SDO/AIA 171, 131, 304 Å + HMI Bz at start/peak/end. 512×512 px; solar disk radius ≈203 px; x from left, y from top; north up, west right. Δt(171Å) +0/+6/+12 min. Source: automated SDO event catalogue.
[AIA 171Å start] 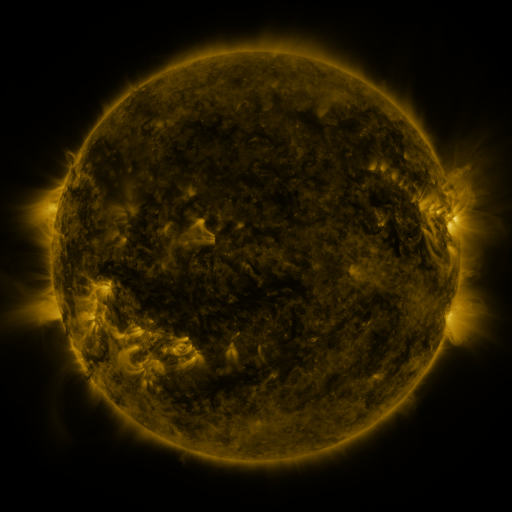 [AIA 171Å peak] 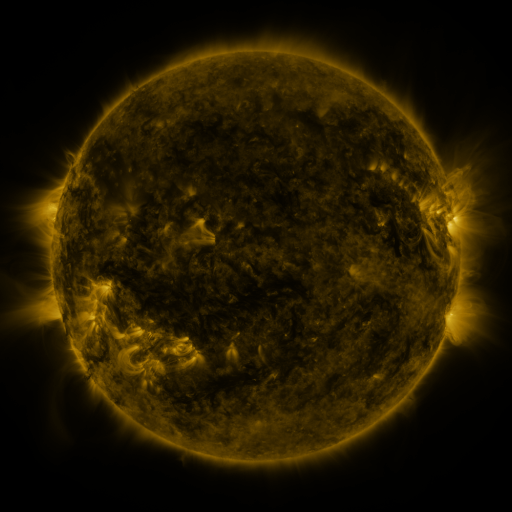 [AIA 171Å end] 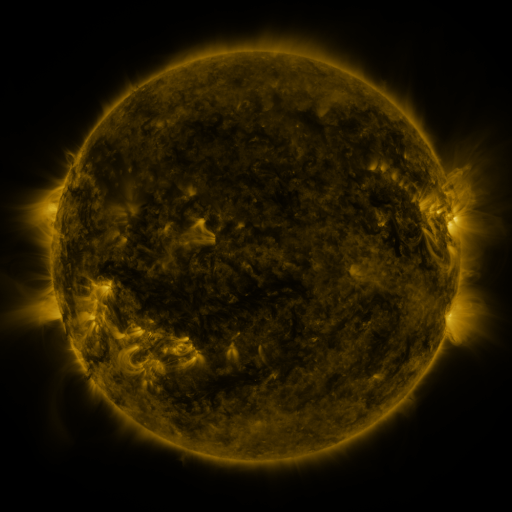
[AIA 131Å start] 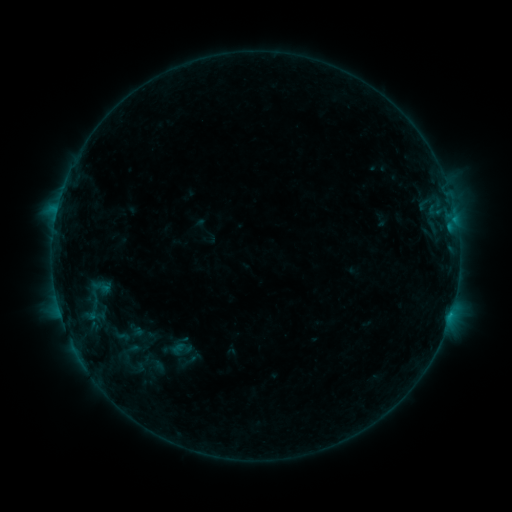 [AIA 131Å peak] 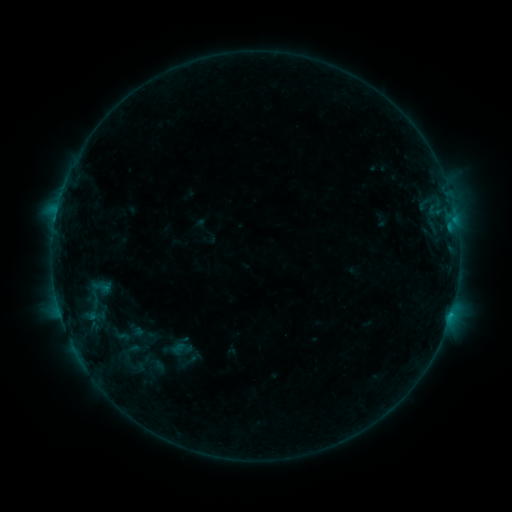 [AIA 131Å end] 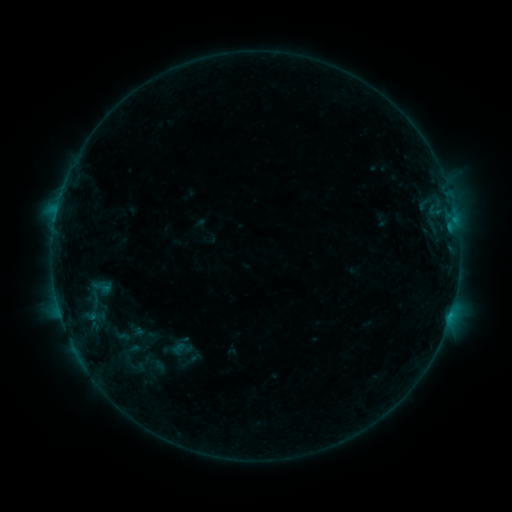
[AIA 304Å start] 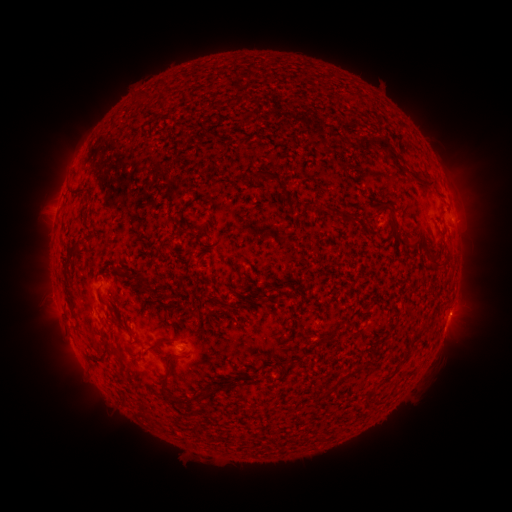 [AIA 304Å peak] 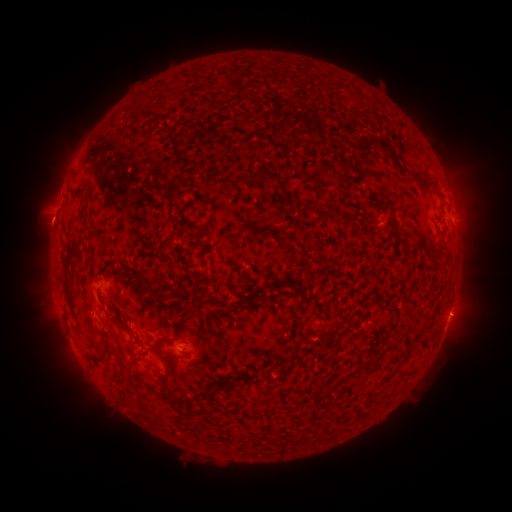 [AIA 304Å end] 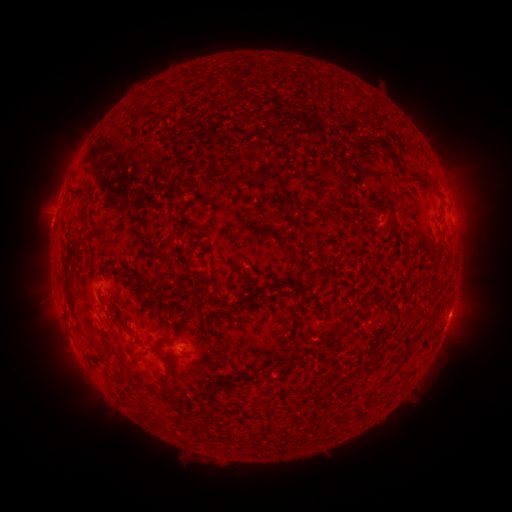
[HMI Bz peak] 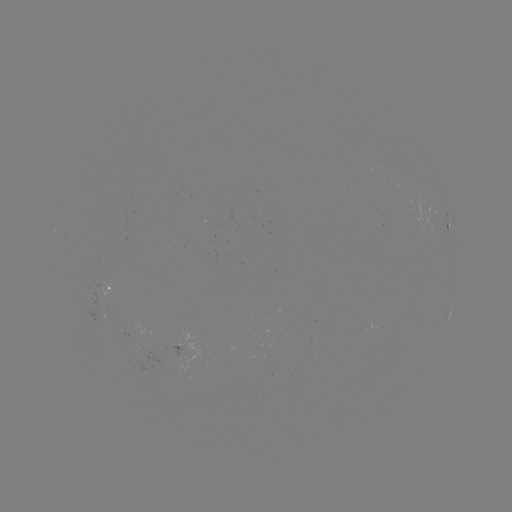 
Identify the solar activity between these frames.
eruption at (47, 221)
